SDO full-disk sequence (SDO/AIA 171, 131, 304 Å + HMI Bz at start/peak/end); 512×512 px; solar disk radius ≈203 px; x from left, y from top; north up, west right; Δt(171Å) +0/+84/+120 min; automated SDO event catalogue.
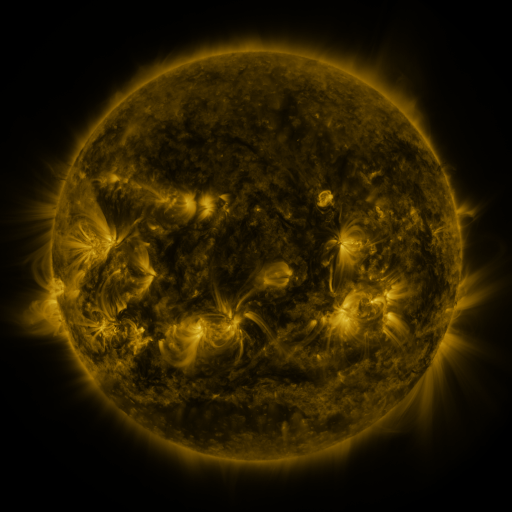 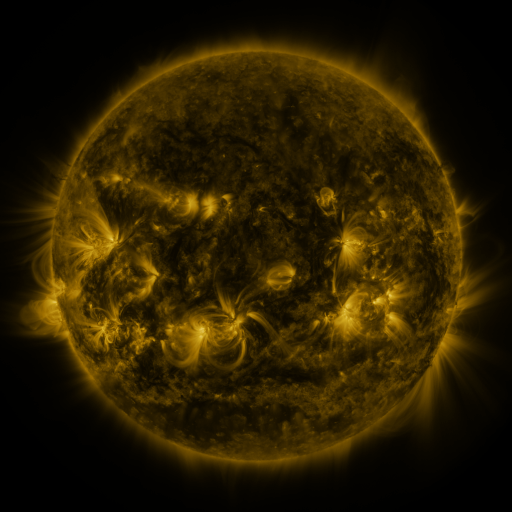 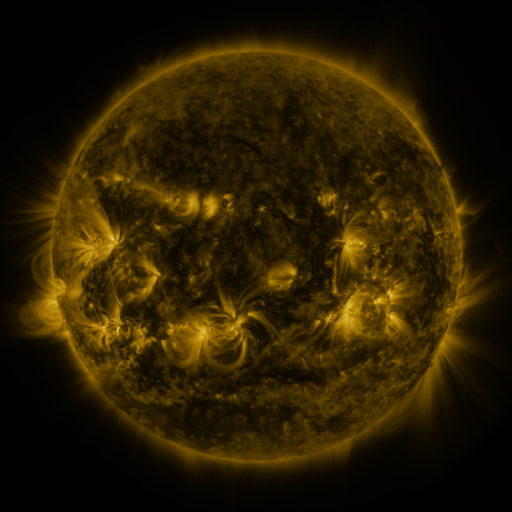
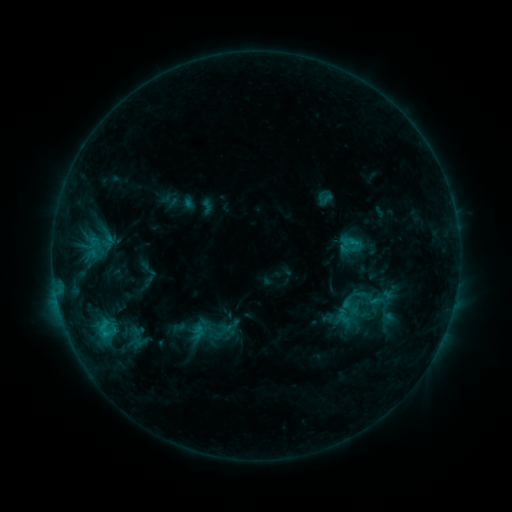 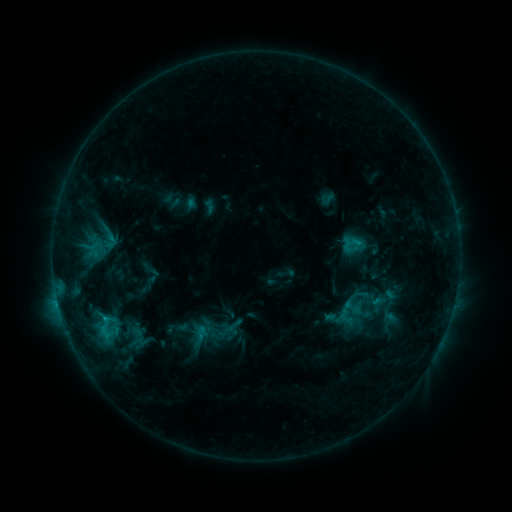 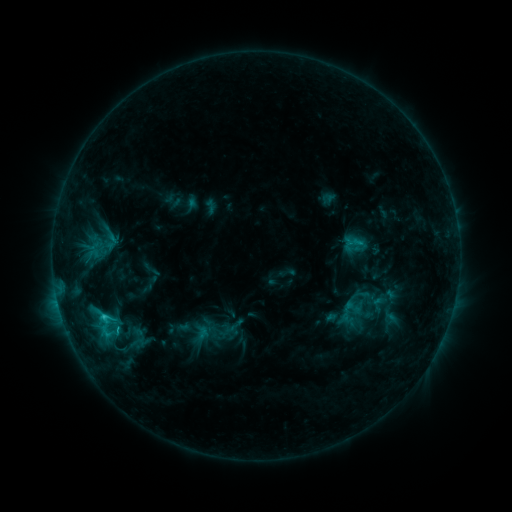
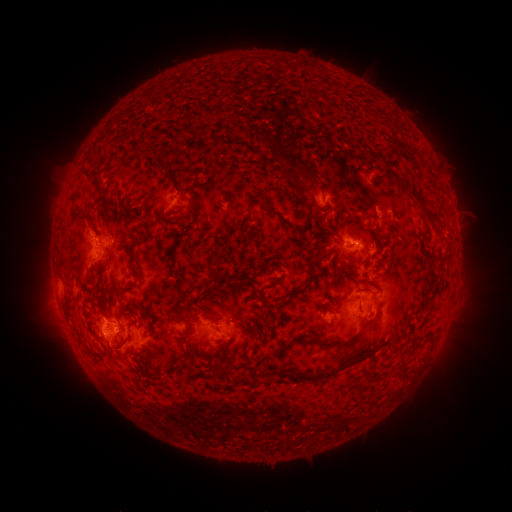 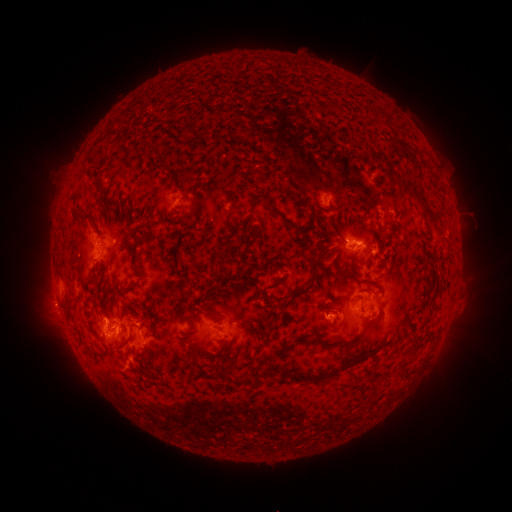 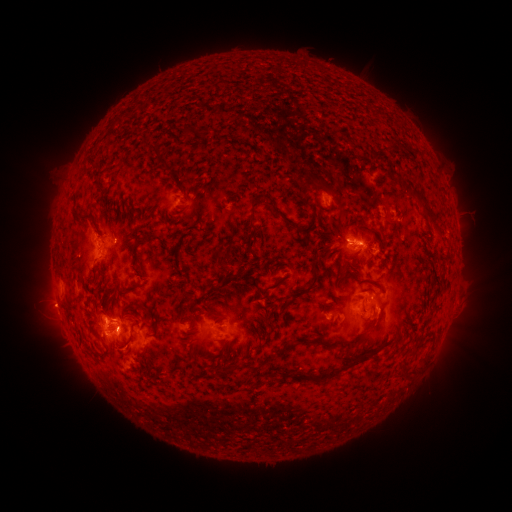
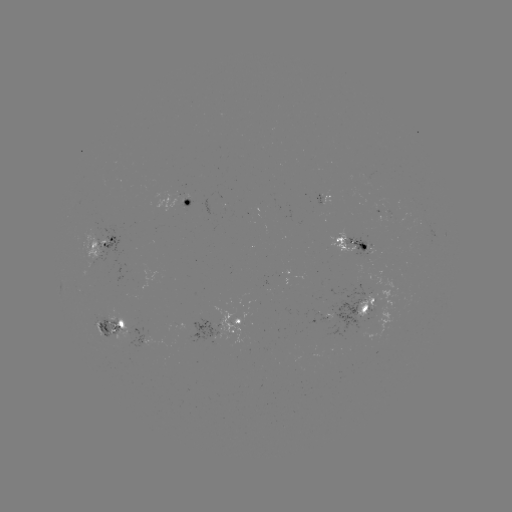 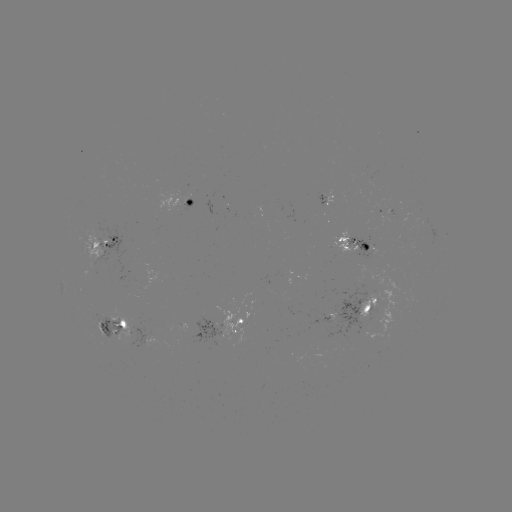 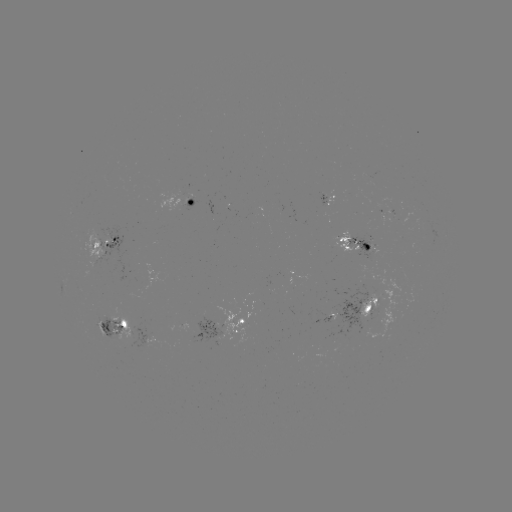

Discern emerging-flux region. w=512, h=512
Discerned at [382, 198].